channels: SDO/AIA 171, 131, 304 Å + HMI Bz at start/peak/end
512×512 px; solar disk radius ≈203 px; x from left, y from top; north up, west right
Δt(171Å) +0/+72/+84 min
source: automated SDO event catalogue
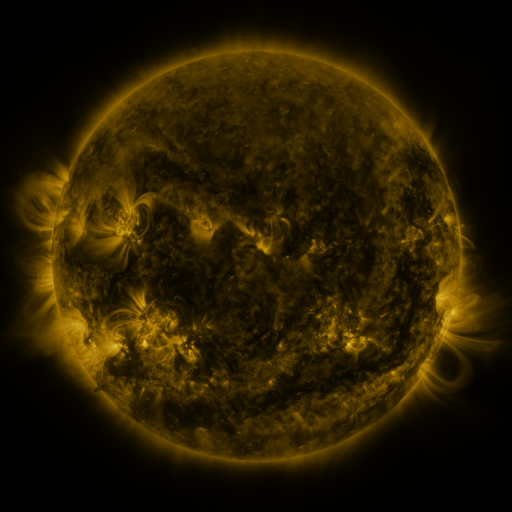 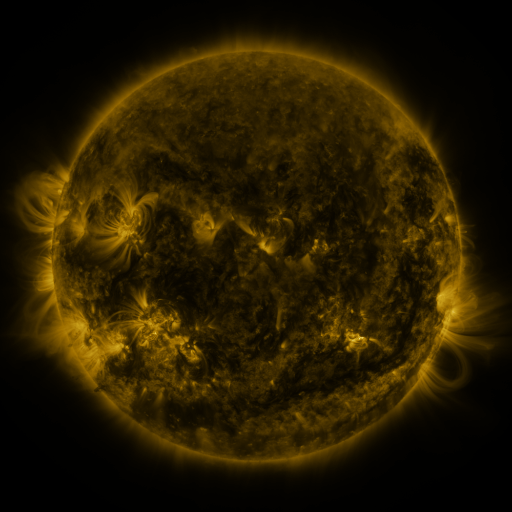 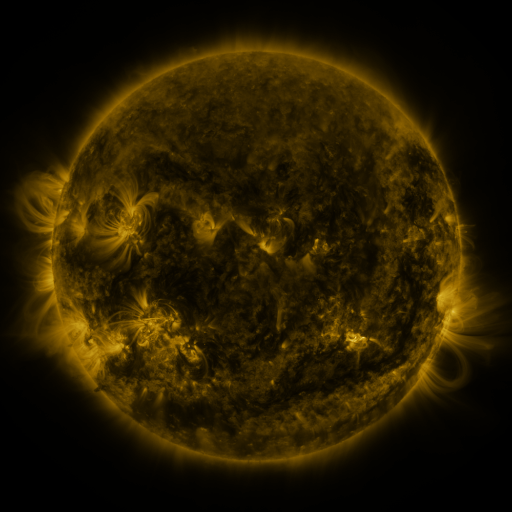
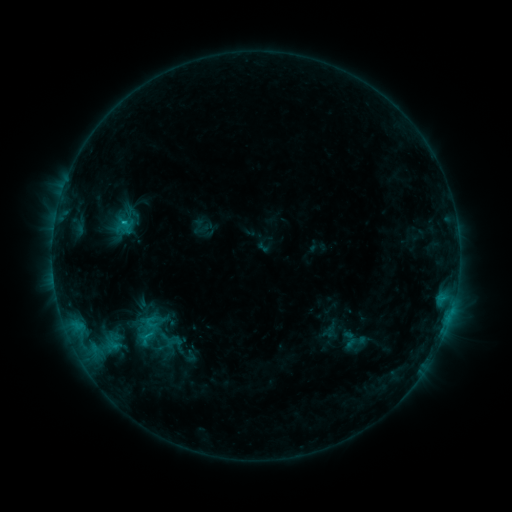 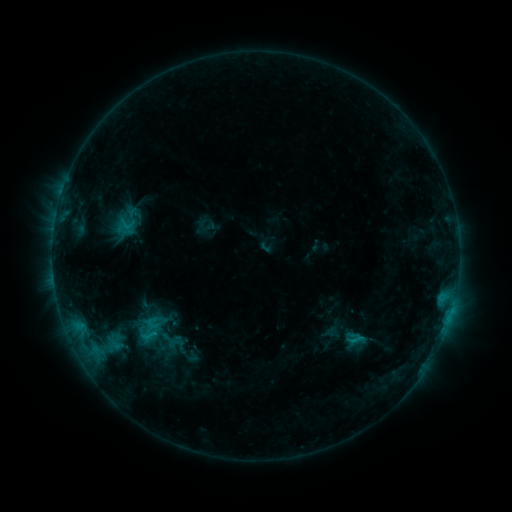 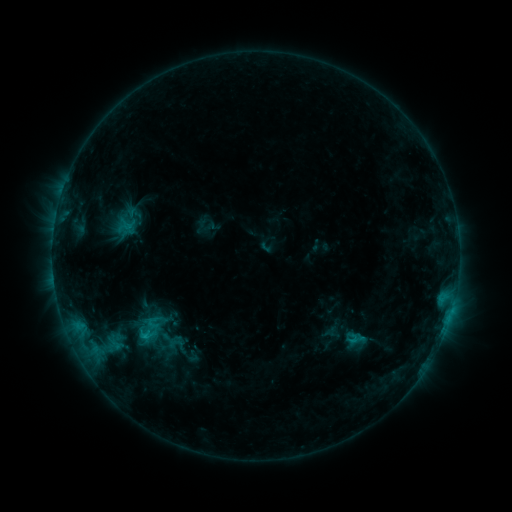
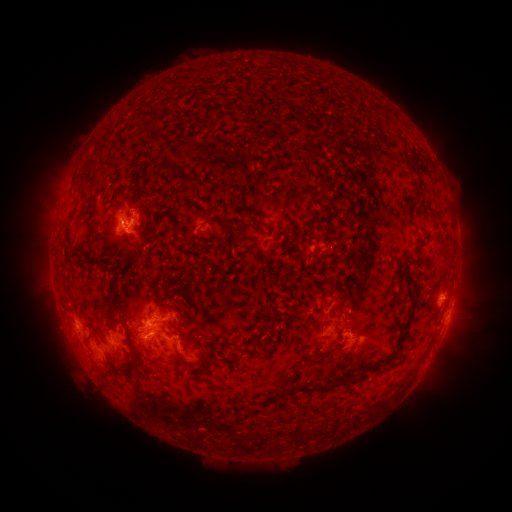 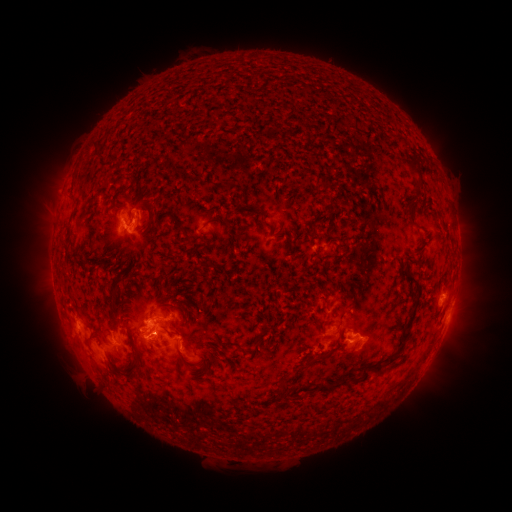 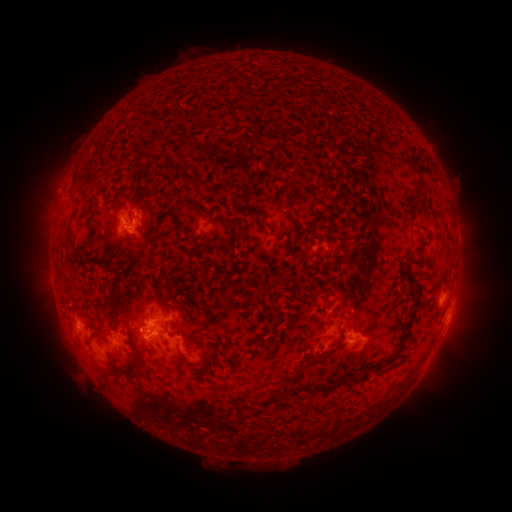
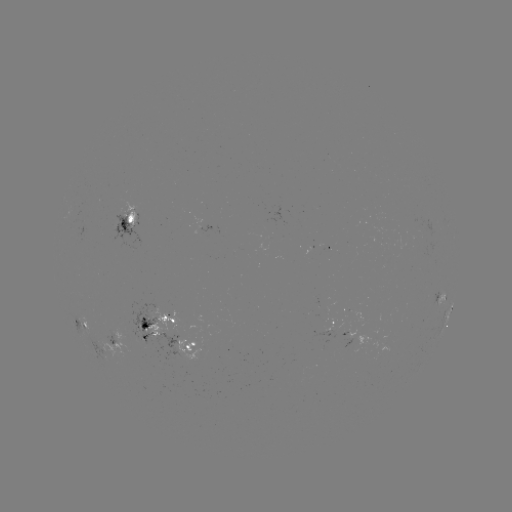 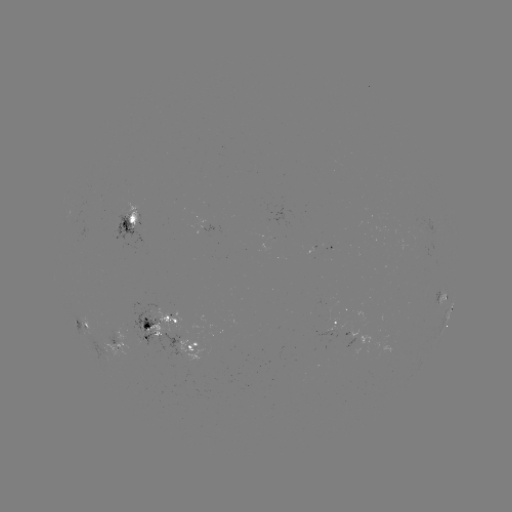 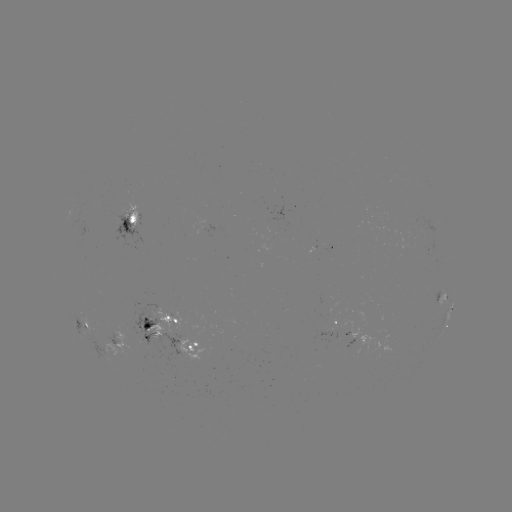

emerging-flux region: (122, 205, 141, 229)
